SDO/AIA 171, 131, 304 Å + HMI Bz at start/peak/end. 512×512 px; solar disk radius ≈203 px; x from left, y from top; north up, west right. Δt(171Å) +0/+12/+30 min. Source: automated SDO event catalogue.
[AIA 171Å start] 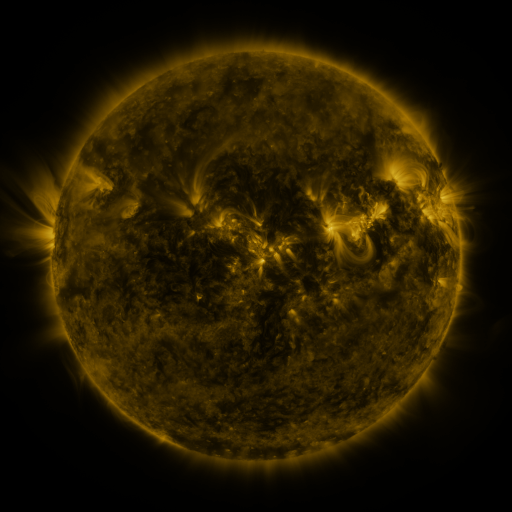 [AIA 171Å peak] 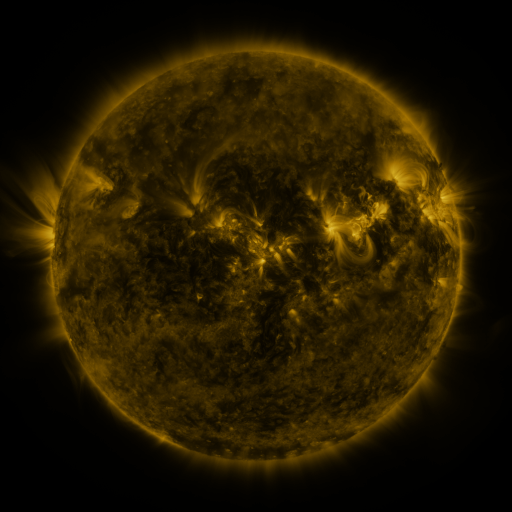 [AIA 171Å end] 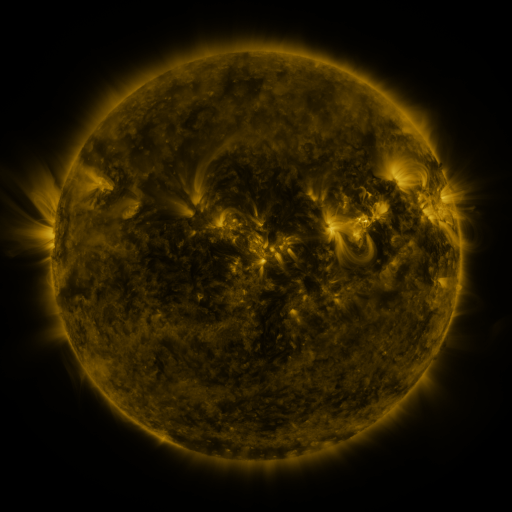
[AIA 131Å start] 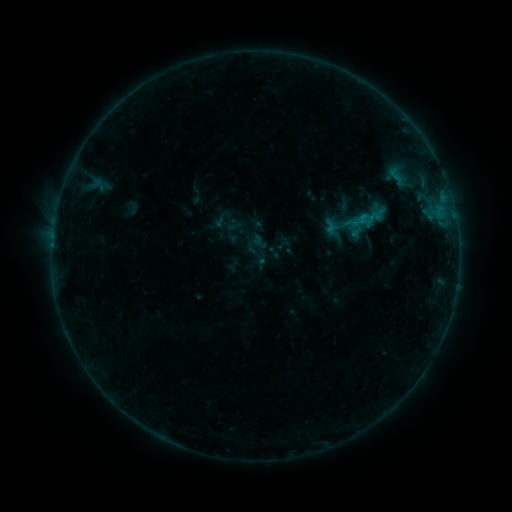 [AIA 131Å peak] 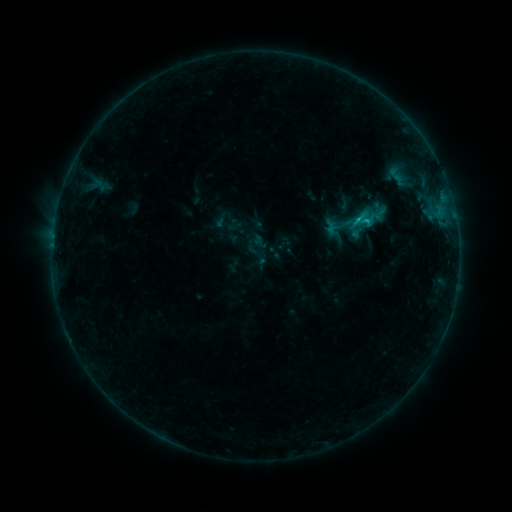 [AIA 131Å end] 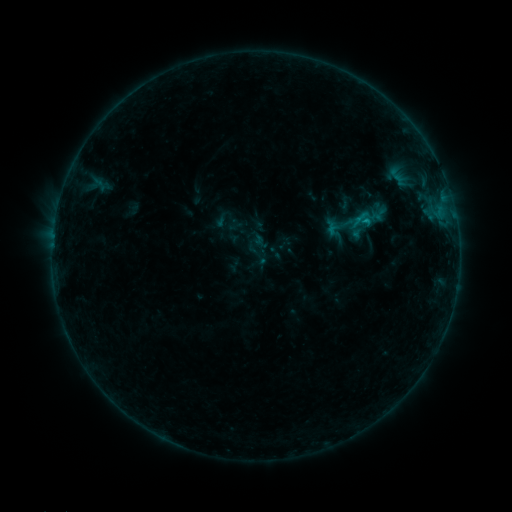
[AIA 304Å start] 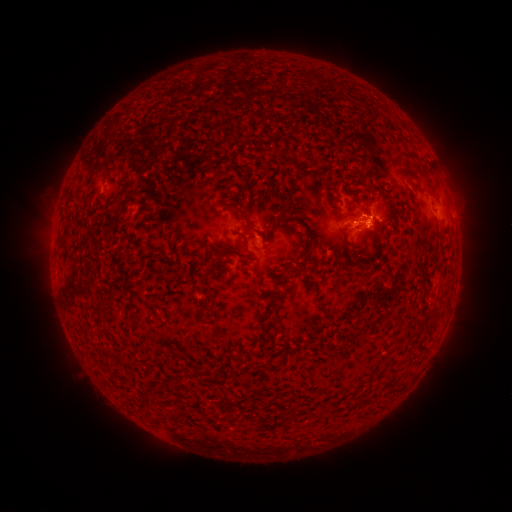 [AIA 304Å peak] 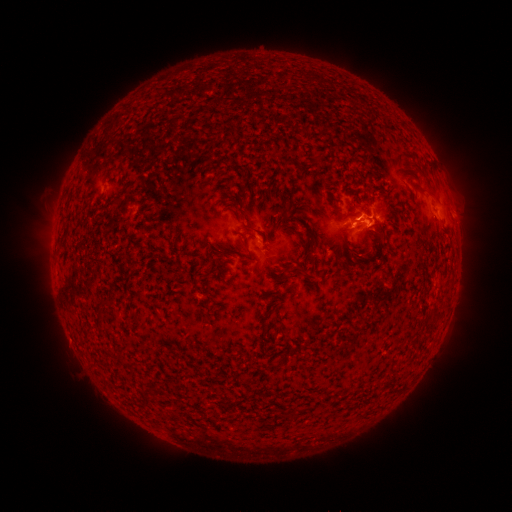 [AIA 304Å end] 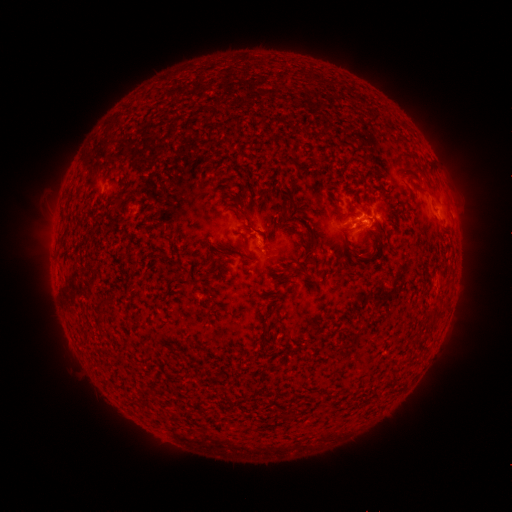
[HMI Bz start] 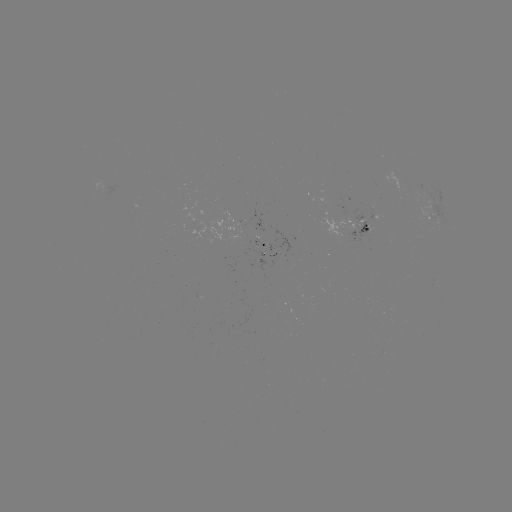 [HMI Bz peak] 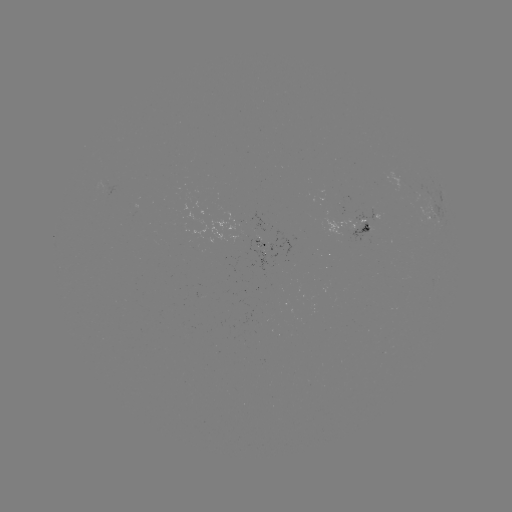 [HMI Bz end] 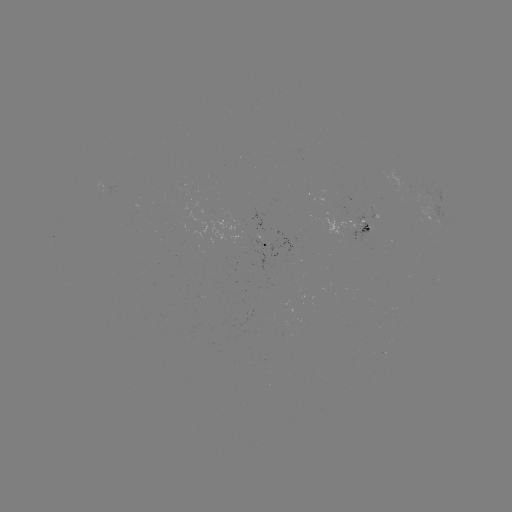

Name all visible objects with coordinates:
C1.0 flare: (365, 223)
